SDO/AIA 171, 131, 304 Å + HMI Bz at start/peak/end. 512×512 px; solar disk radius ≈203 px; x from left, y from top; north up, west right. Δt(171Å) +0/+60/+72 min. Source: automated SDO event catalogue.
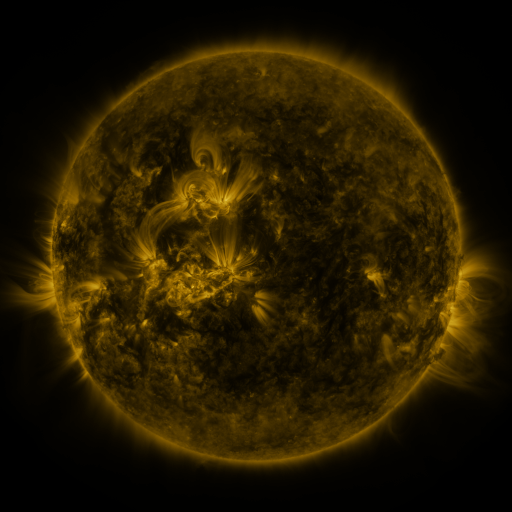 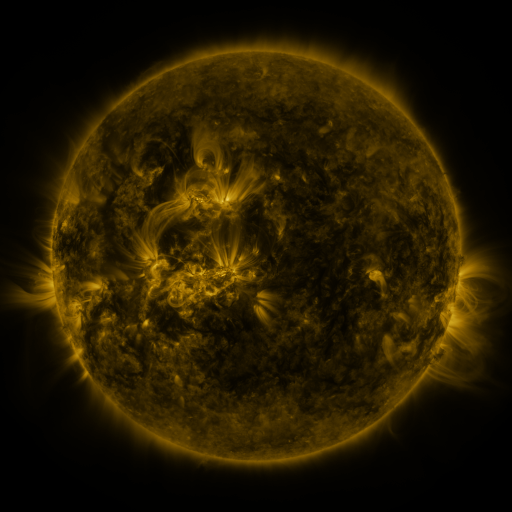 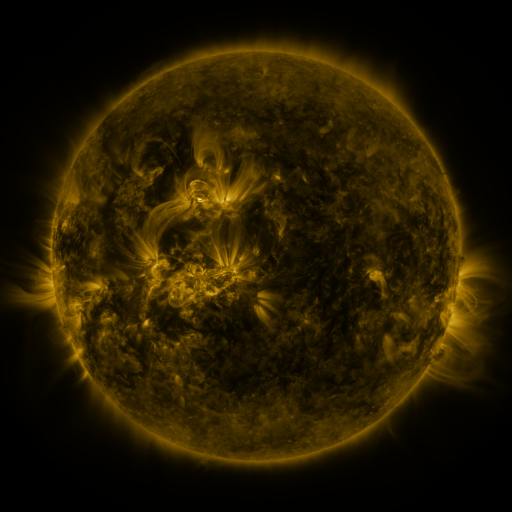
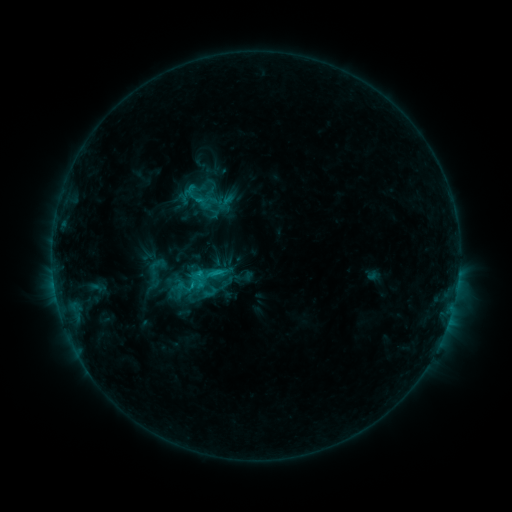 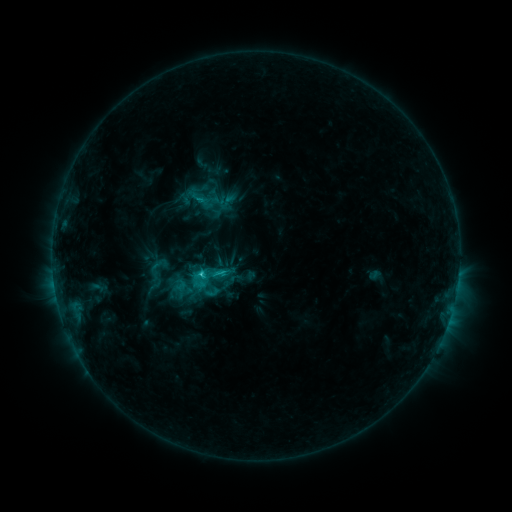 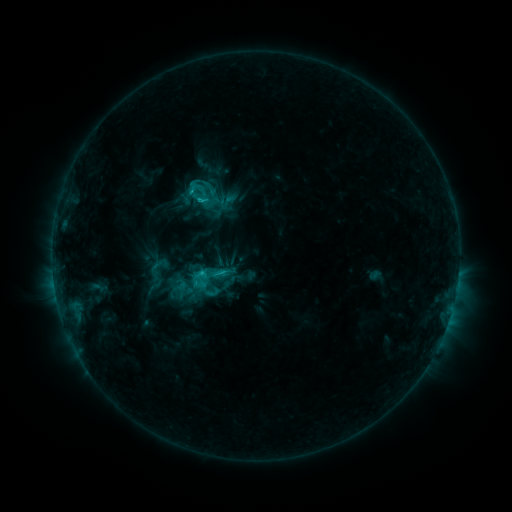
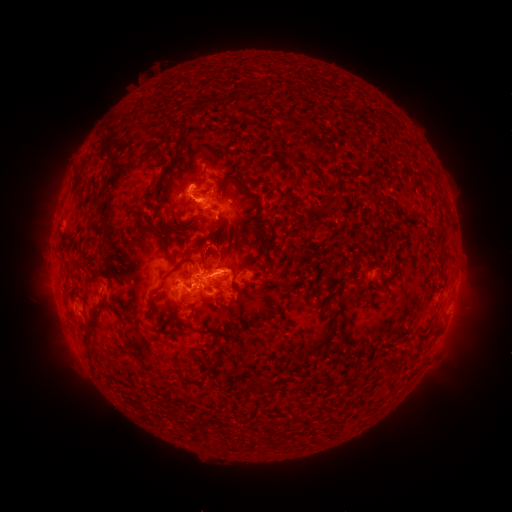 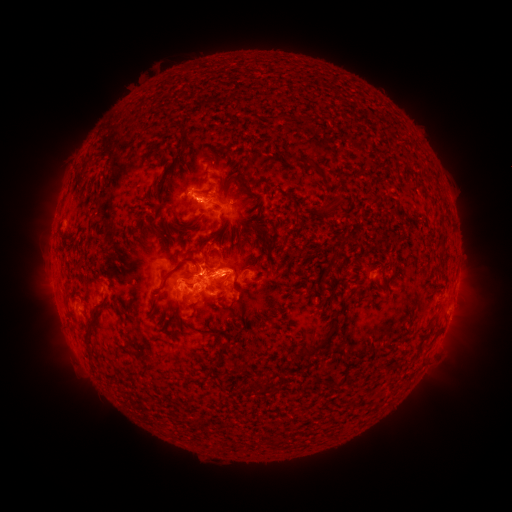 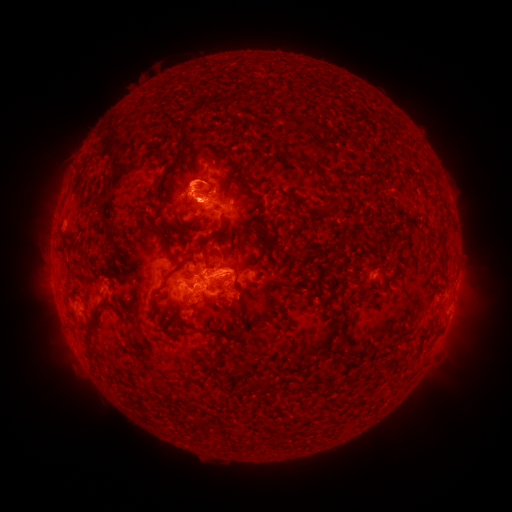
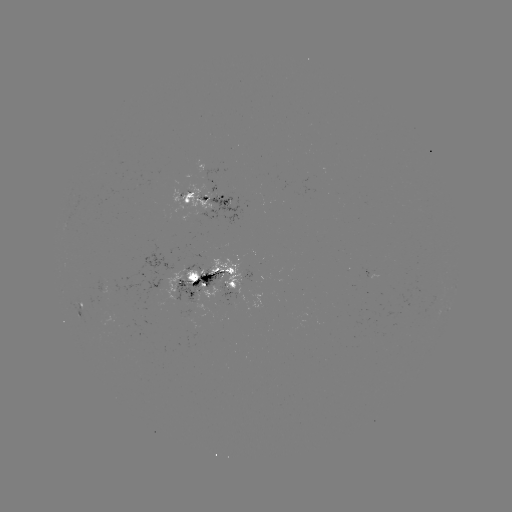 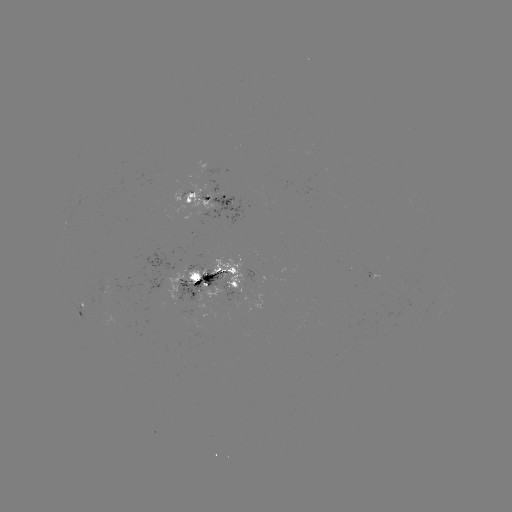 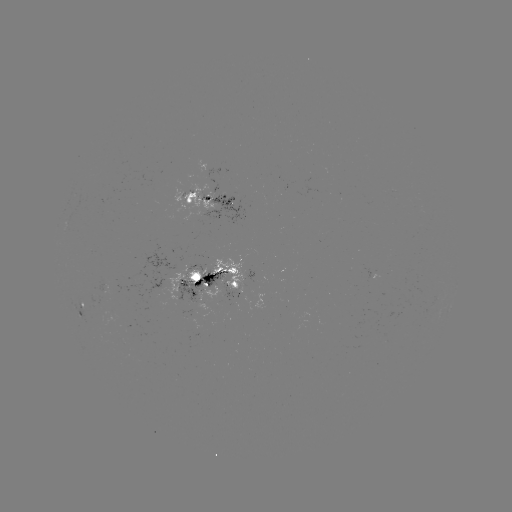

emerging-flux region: [92, 300, 121, 326]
